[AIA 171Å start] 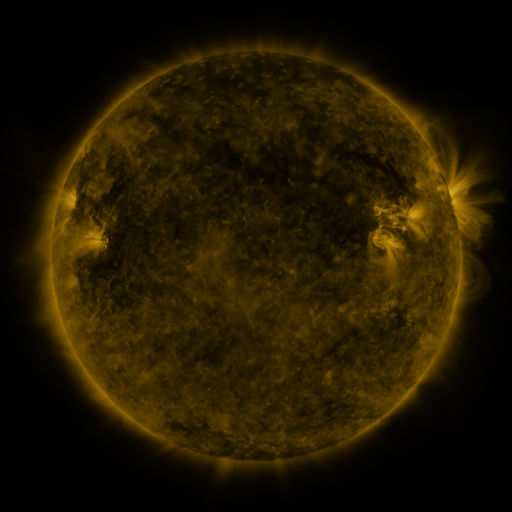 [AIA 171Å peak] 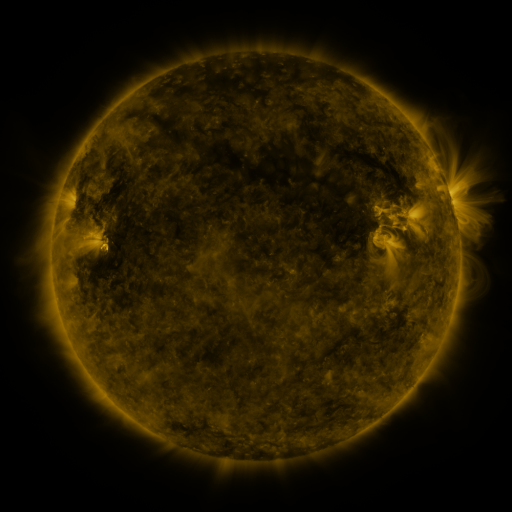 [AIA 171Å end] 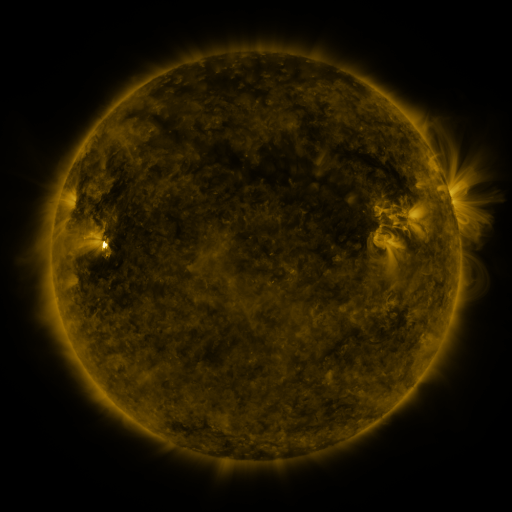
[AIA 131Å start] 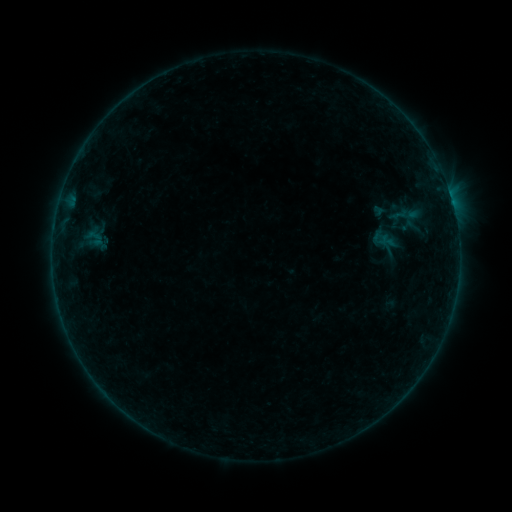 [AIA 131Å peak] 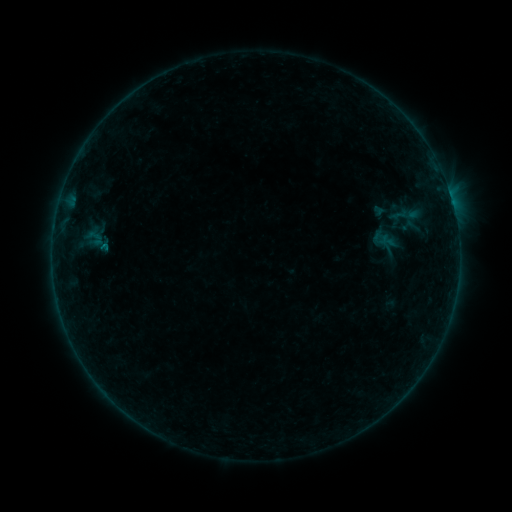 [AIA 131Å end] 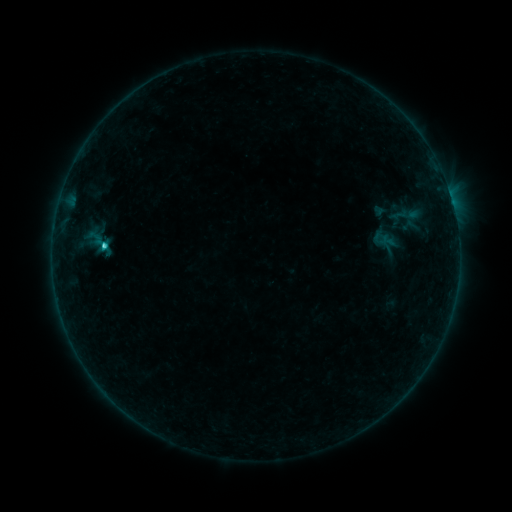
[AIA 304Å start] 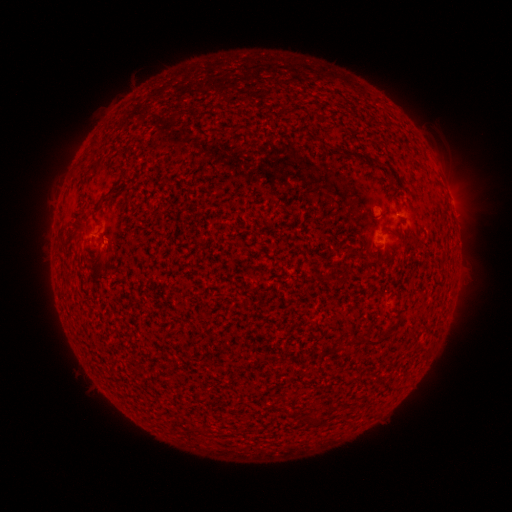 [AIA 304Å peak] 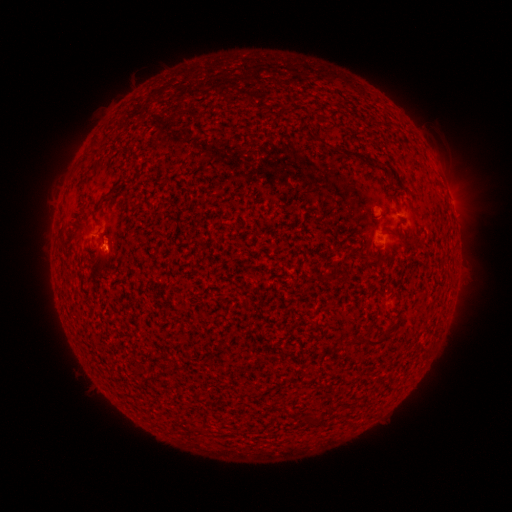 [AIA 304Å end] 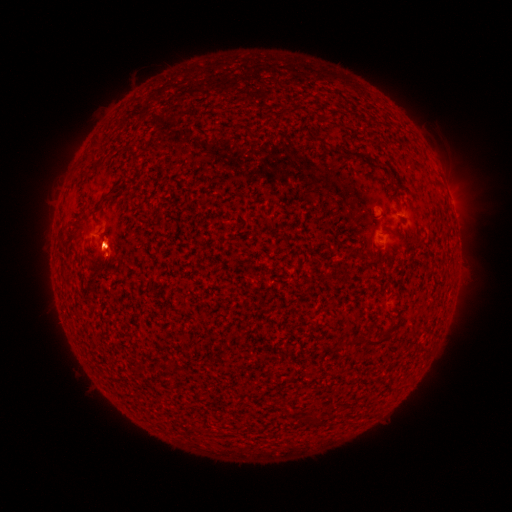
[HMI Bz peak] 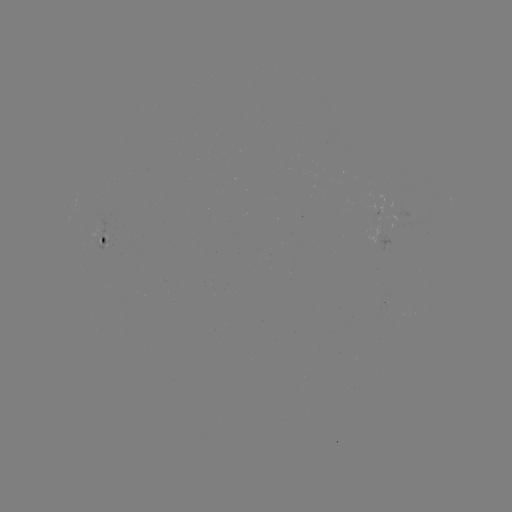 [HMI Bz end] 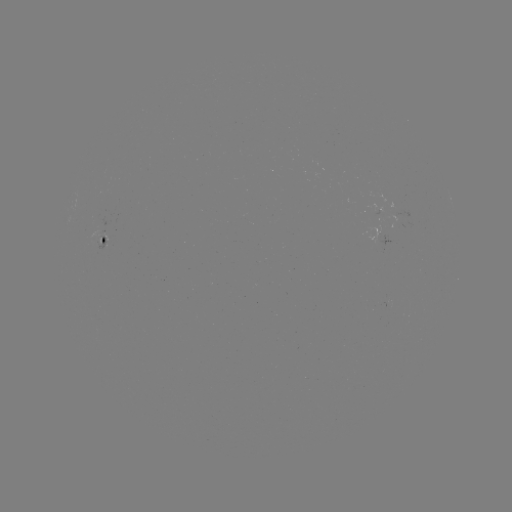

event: flare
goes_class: C3.0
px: (105, 248)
